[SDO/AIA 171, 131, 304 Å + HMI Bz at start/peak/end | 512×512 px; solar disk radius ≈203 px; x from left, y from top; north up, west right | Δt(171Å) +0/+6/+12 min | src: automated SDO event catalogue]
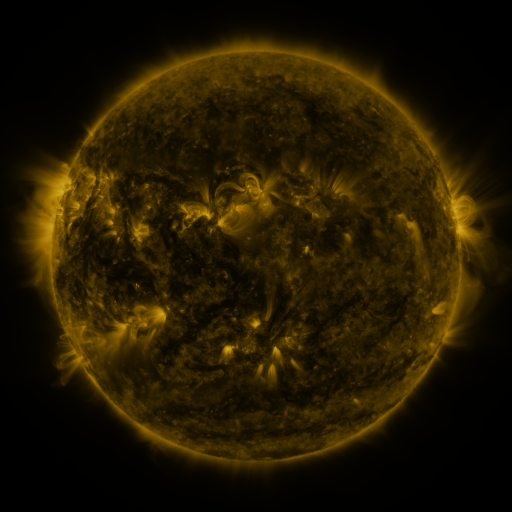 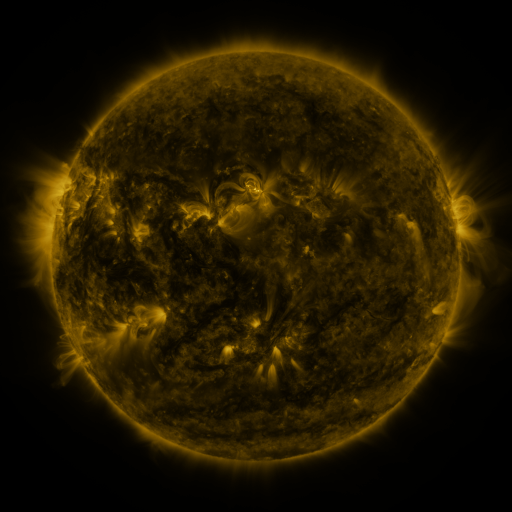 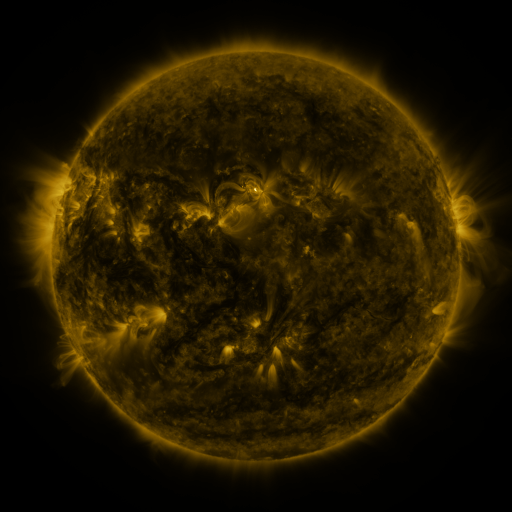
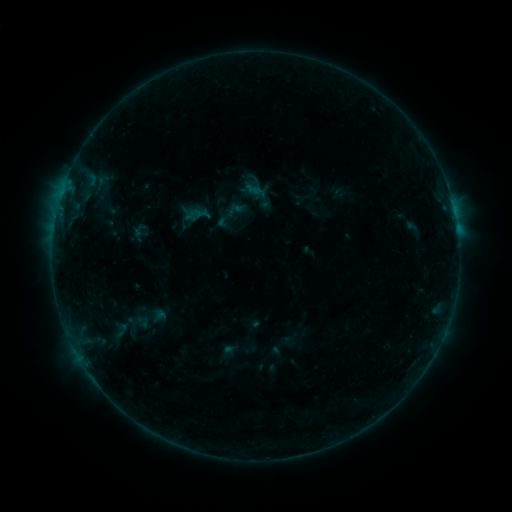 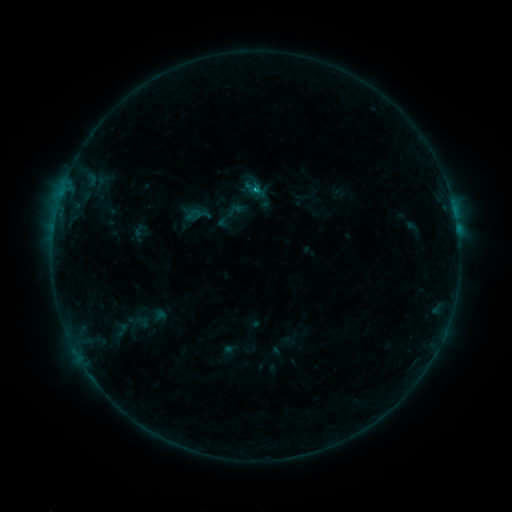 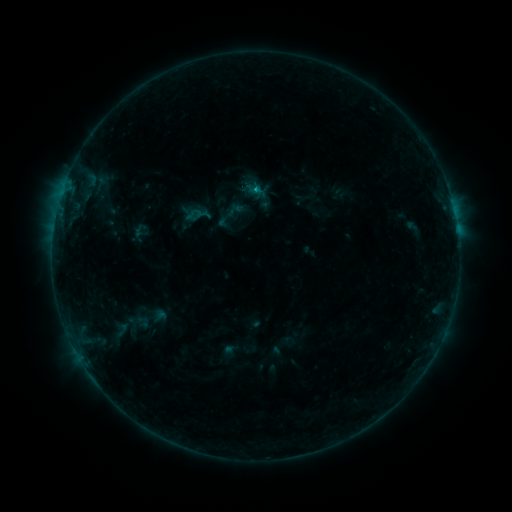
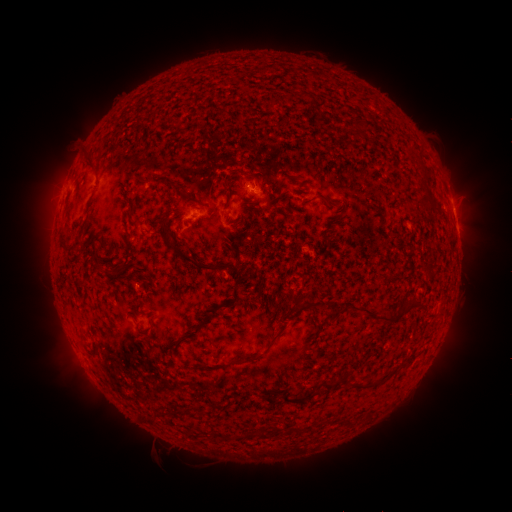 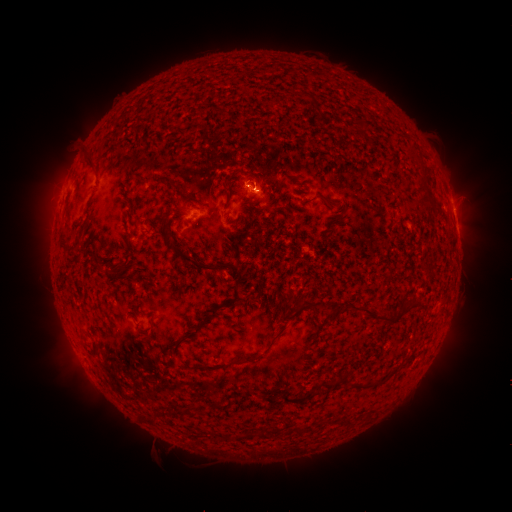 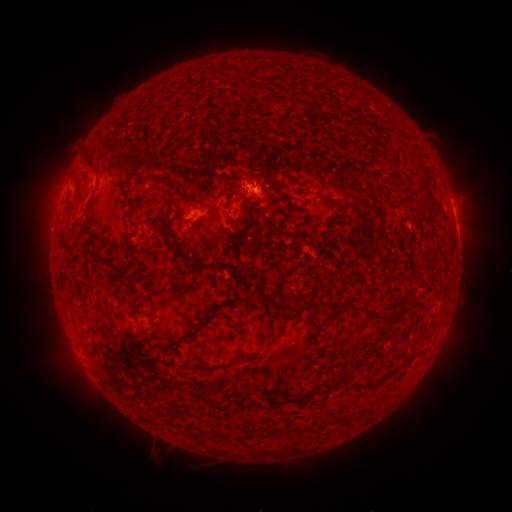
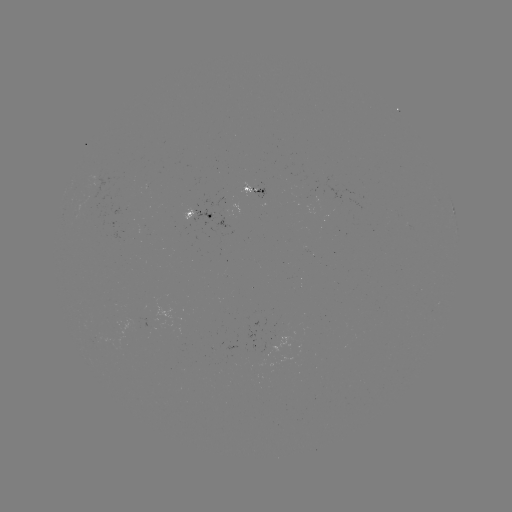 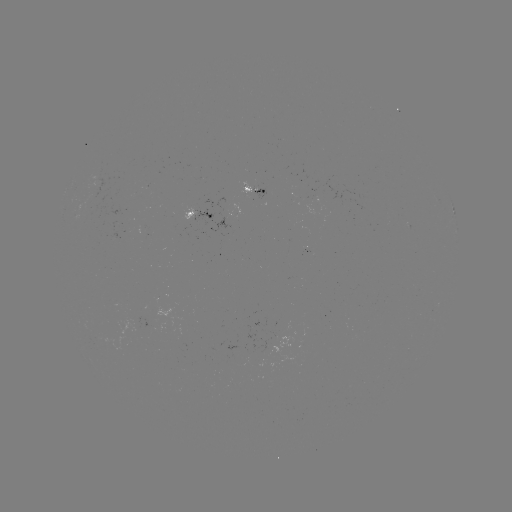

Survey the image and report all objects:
B4.7 flare: (256, 191)
